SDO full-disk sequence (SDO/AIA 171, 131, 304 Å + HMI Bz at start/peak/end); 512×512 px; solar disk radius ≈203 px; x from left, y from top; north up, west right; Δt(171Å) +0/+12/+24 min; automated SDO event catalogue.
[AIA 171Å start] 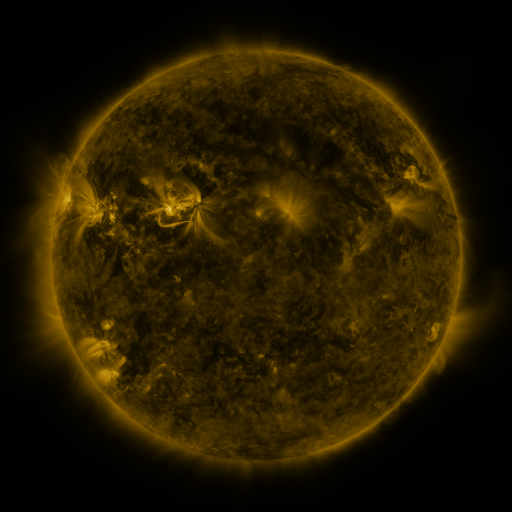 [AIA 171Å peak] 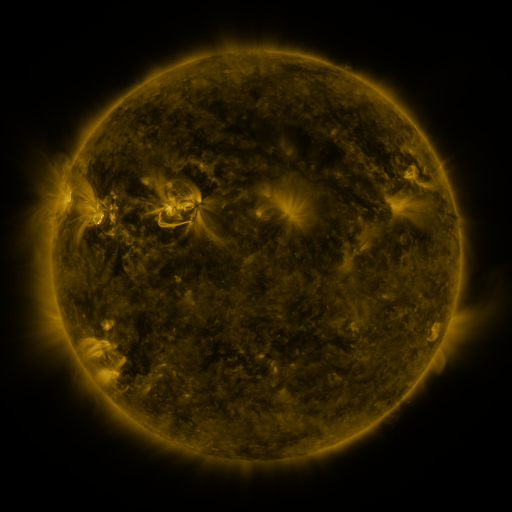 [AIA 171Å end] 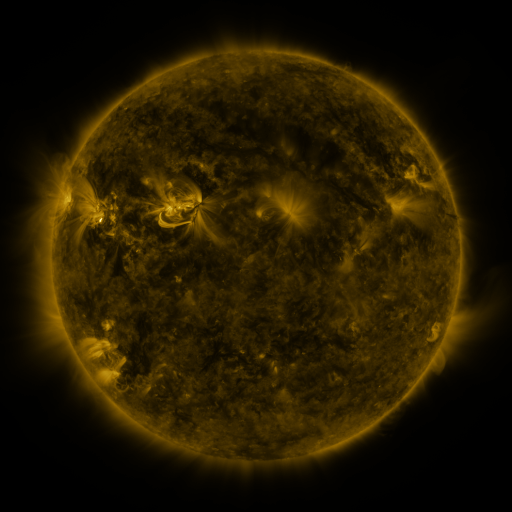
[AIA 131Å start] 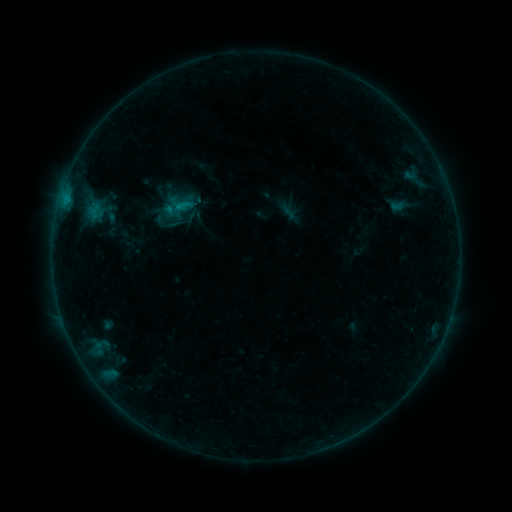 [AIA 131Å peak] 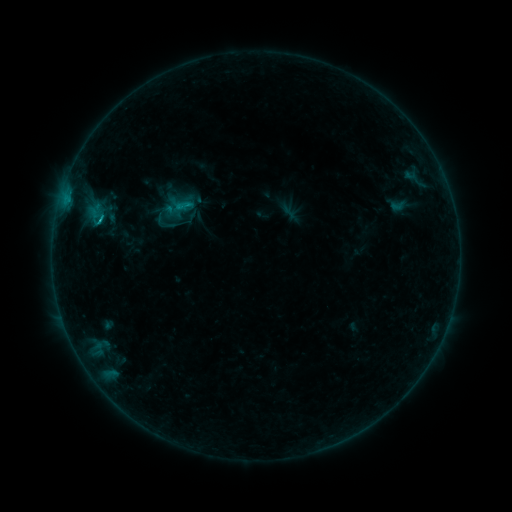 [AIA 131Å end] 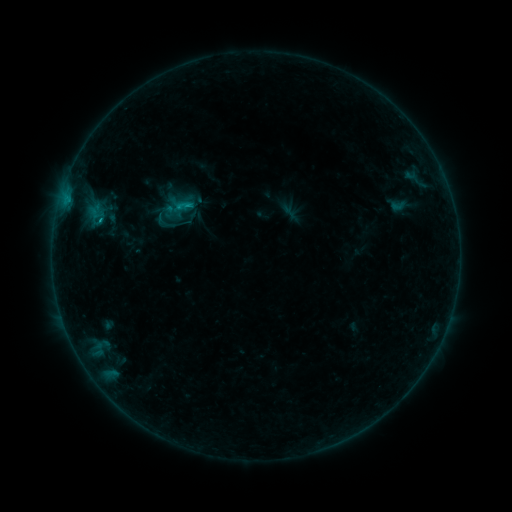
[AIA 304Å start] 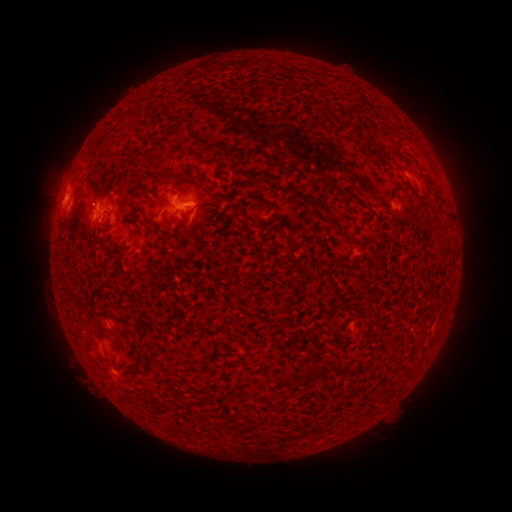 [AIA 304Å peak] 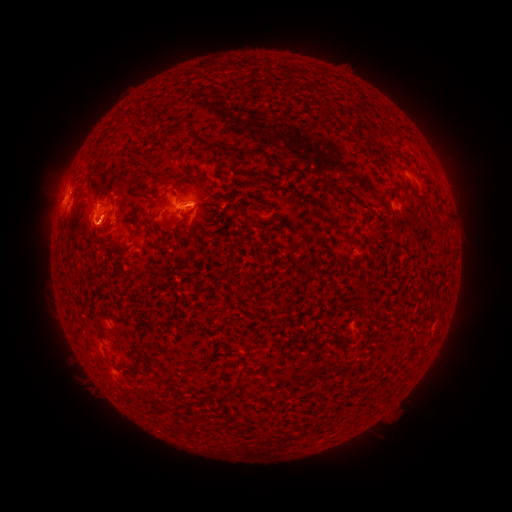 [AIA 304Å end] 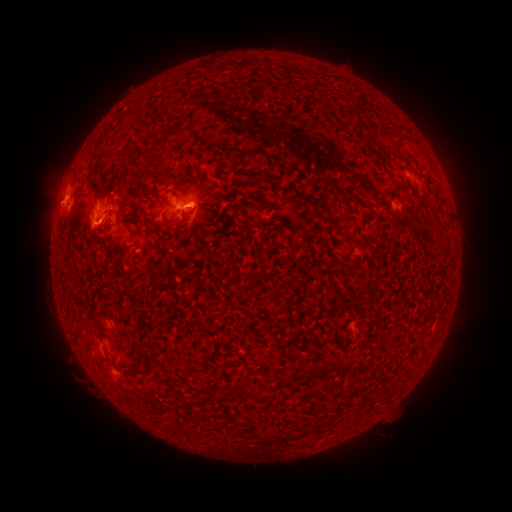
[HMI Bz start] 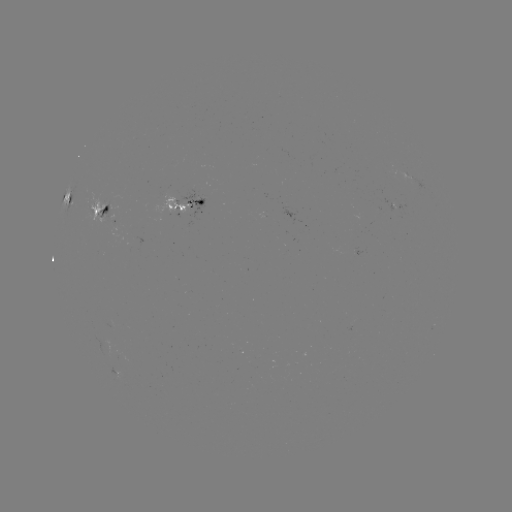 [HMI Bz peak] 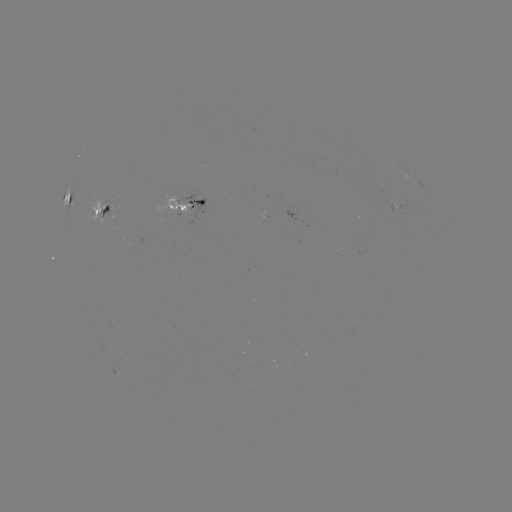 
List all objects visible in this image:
C1.6 flare: (101, 222)
